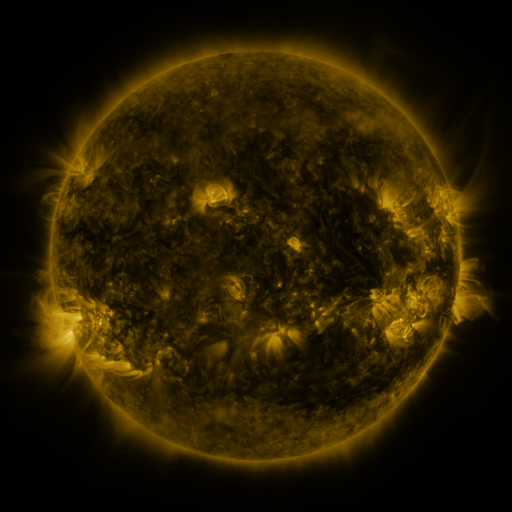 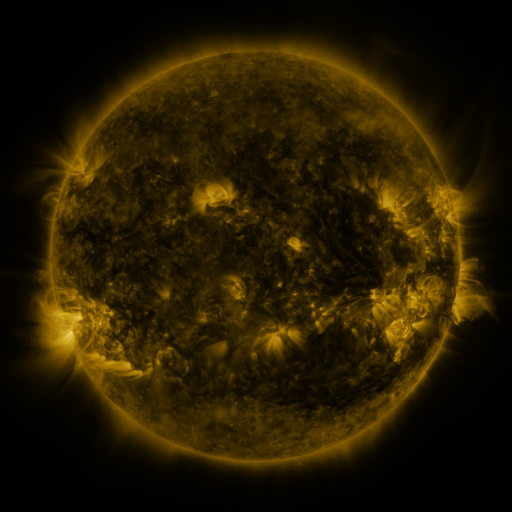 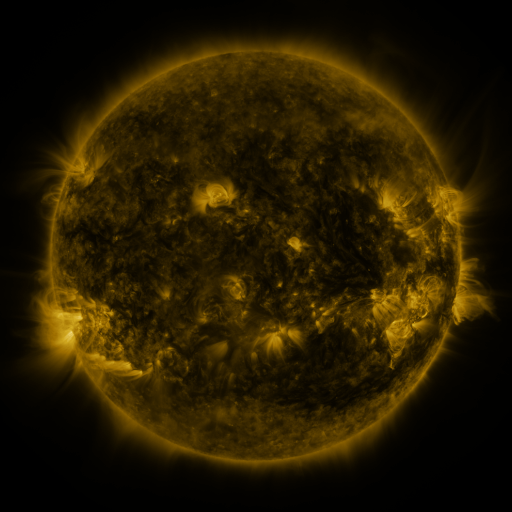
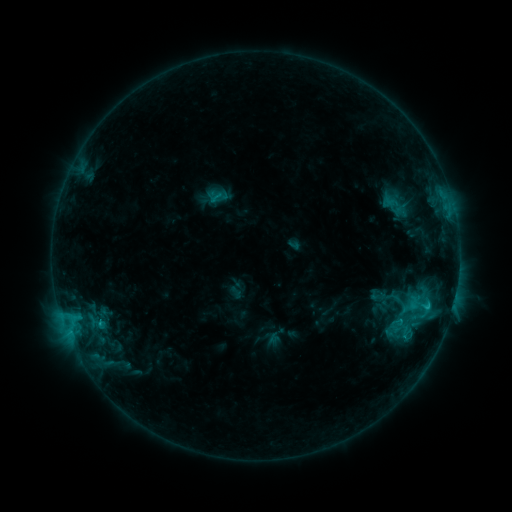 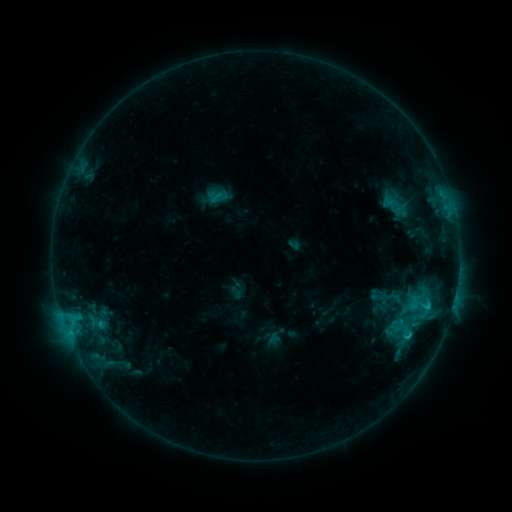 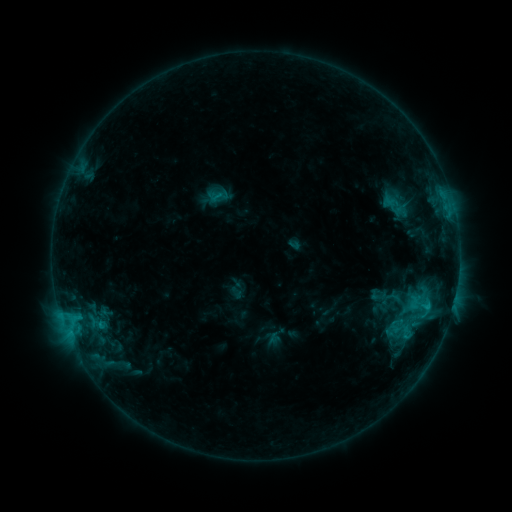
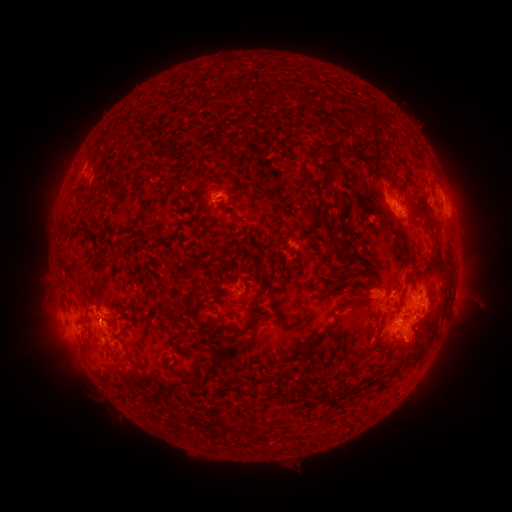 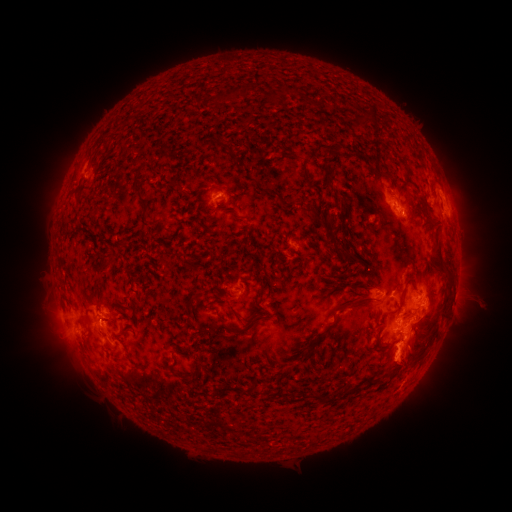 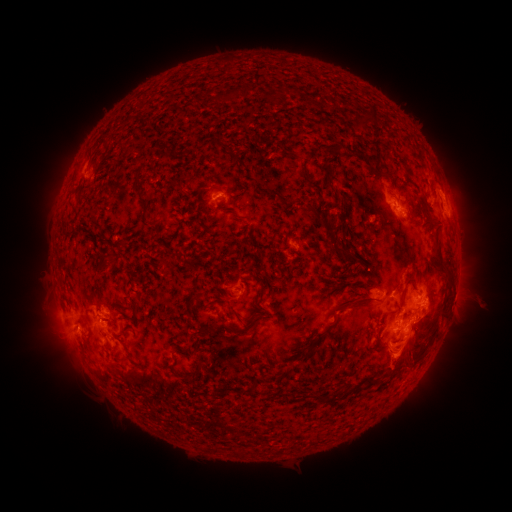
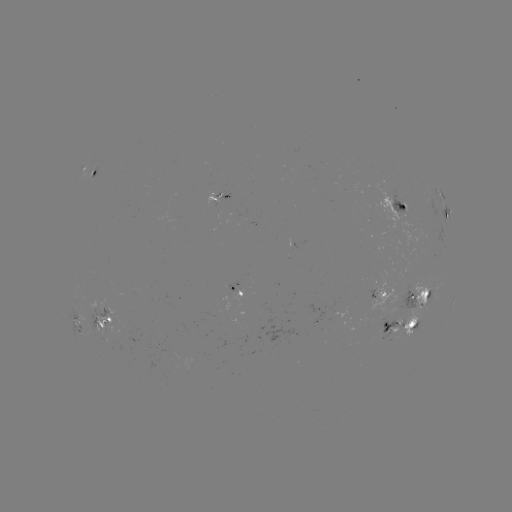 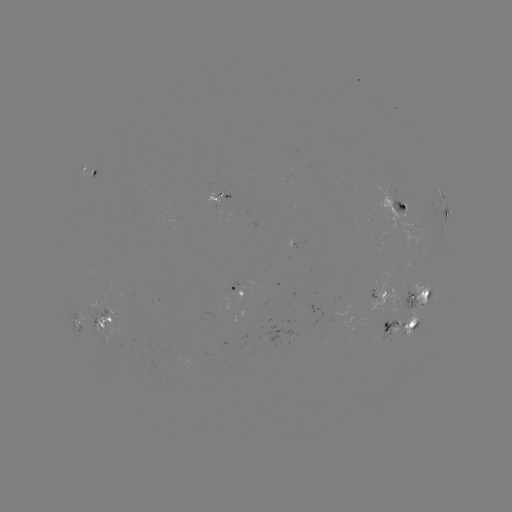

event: eruption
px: (402, 408)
